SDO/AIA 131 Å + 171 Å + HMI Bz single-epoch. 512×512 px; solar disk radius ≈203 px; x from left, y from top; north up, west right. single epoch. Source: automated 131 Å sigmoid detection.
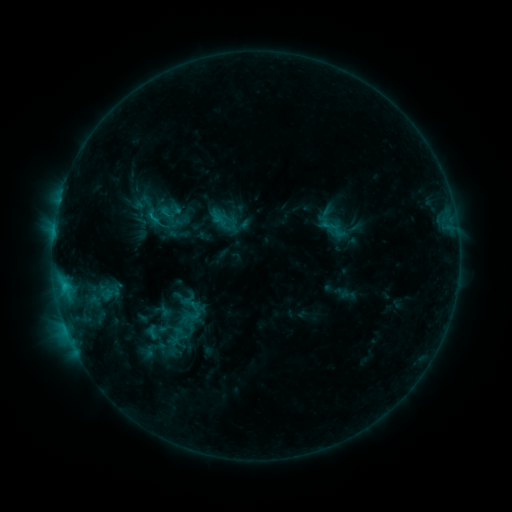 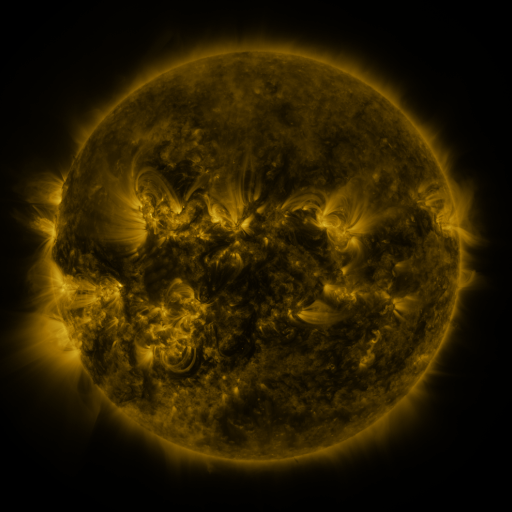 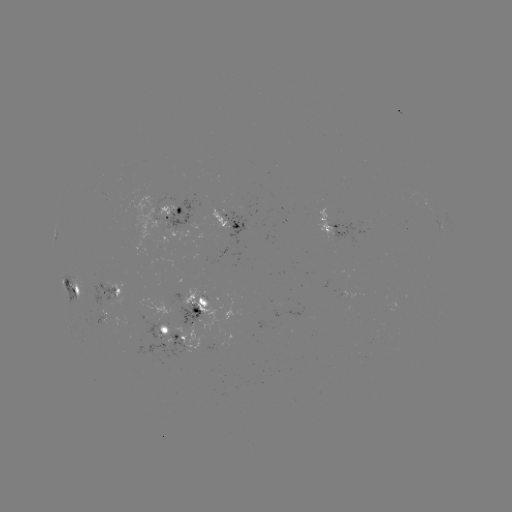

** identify sigmoid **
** (153, 217) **